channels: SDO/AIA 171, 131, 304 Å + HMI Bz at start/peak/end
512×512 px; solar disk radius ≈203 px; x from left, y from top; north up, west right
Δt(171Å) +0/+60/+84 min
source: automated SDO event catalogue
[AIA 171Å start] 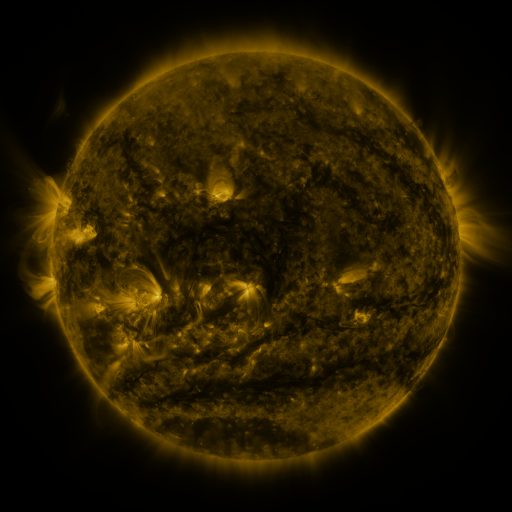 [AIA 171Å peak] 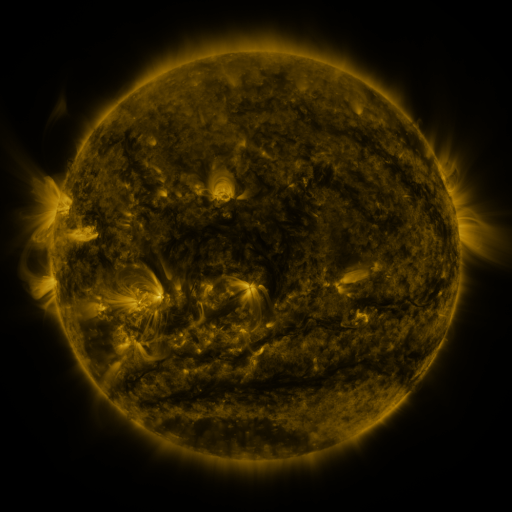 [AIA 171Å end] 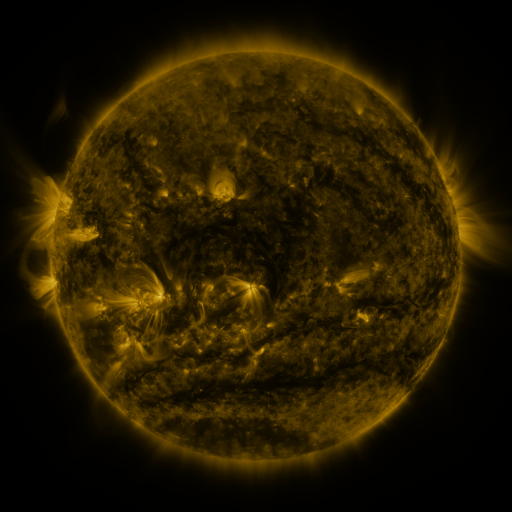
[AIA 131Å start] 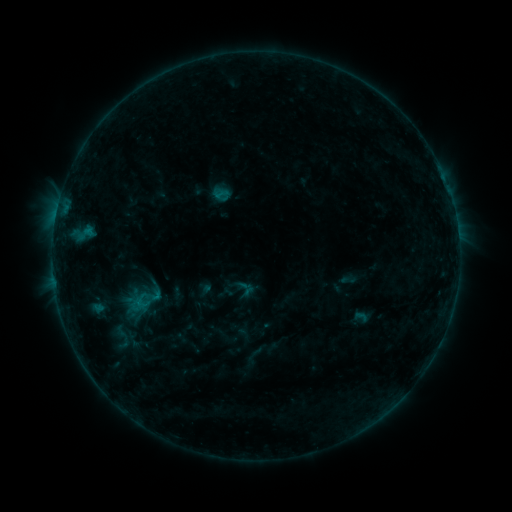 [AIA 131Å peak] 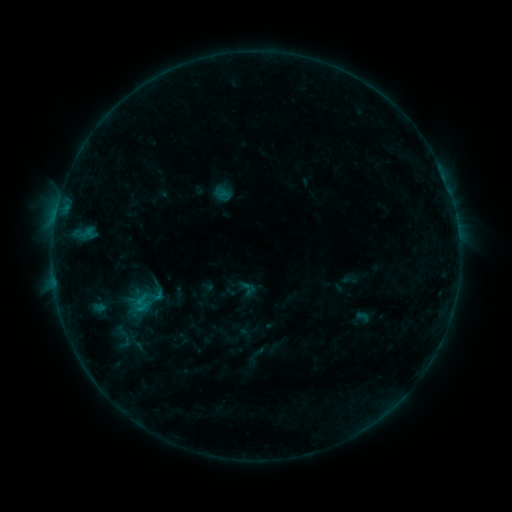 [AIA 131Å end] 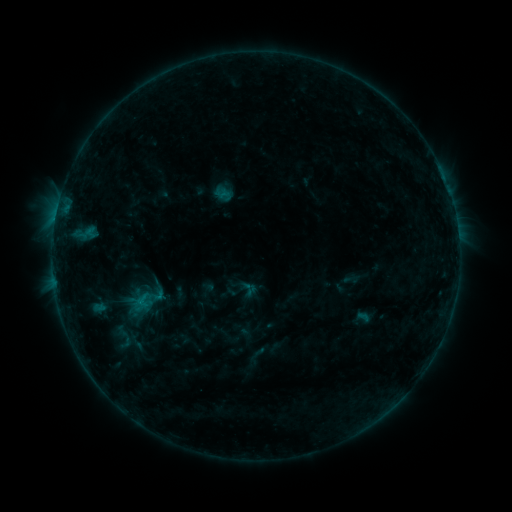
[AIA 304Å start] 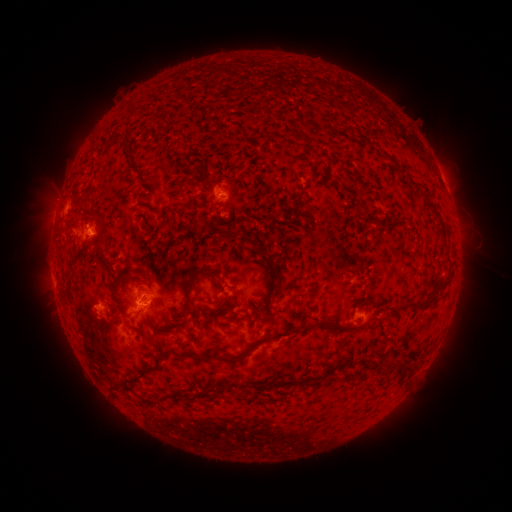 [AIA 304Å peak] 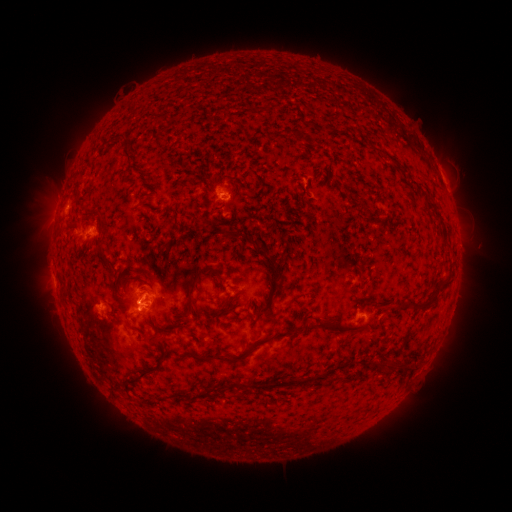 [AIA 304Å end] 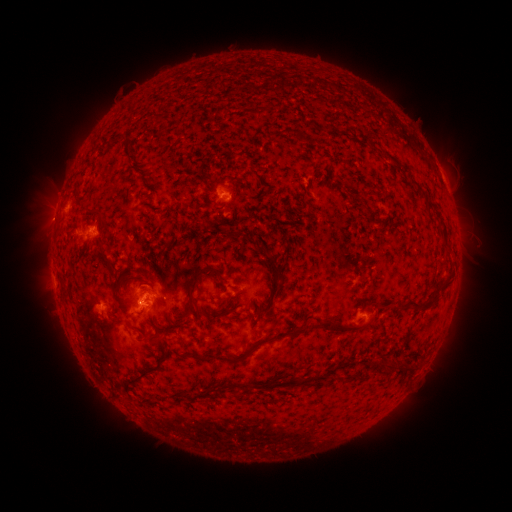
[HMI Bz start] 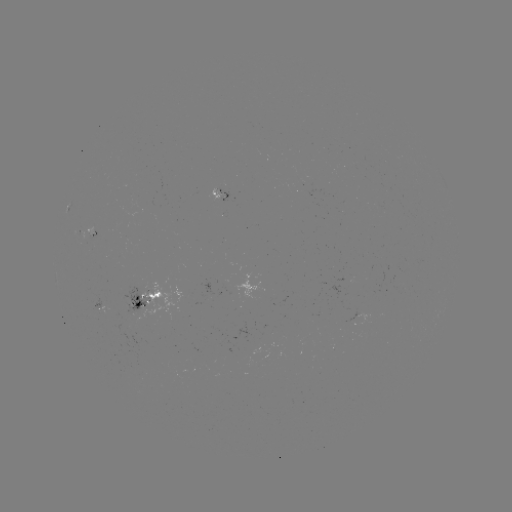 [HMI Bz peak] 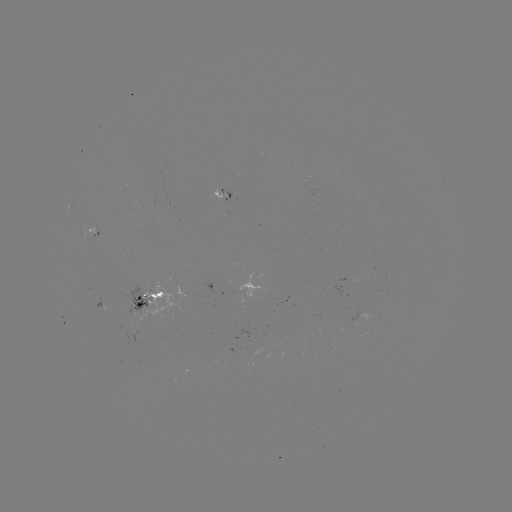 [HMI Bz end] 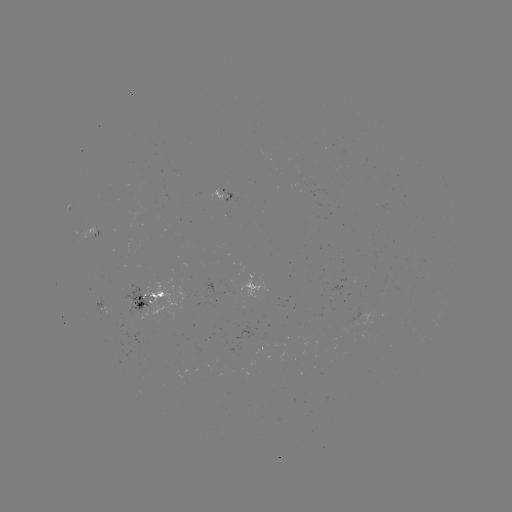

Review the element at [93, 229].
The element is emerging-flux region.